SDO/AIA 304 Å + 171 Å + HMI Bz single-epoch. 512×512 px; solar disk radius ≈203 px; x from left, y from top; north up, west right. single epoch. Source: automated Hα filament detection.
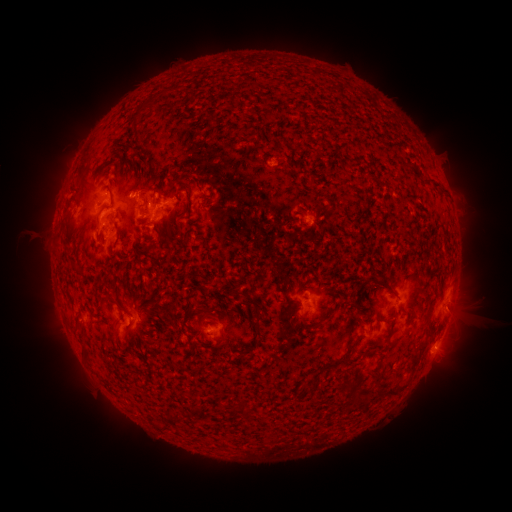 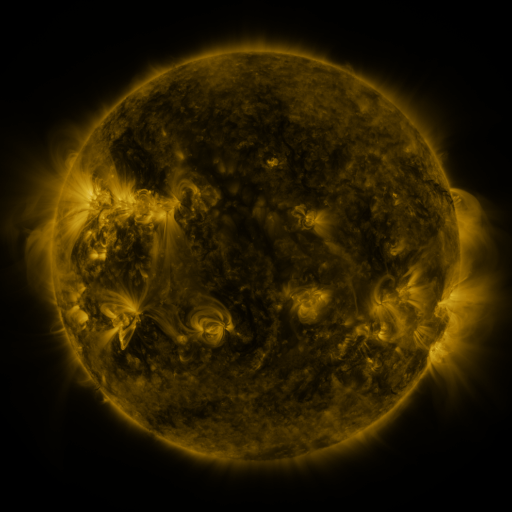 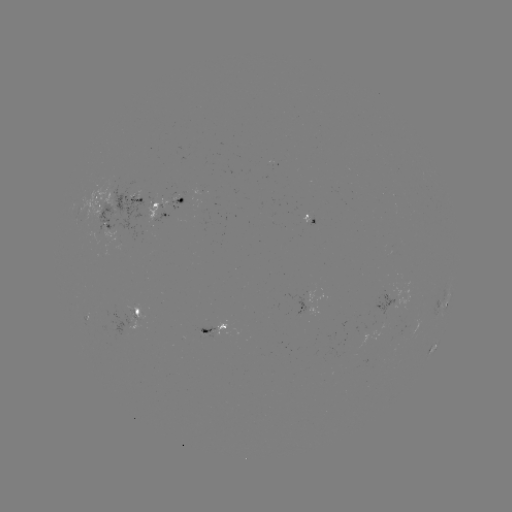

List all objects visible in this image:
filament: (147, 101)
filament: (416, 172)
filament: (432, 179)
filament: (111, 198)
filament: (183, 215)
filament: (98, 218)
filament: (204, 241)
filament: (384, 282)
filament: (105, 303)
filament: (257, 313)
filament: (396, 341)
filament: (202, 344)
filament: (424, 344)
filament: (85, 352)
filament: (347, 358)
filament: (415, 359)
filament: (398, 389)
filament: (379, 390)
filament: (358, 393)
filament: (244, 412)
filament: (177, 417)
filament: (164, 428)
